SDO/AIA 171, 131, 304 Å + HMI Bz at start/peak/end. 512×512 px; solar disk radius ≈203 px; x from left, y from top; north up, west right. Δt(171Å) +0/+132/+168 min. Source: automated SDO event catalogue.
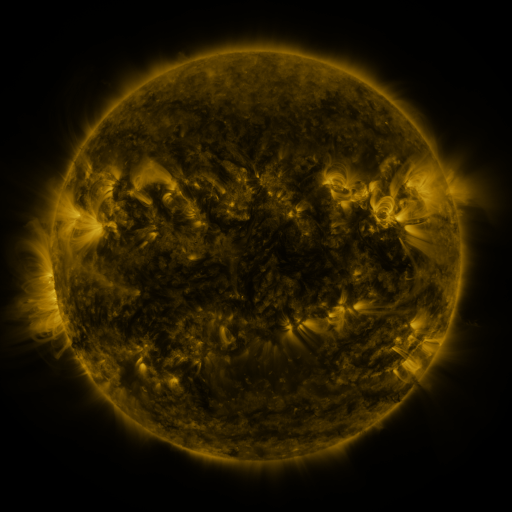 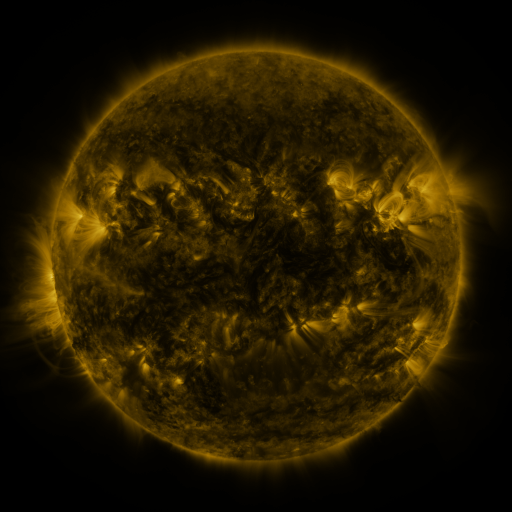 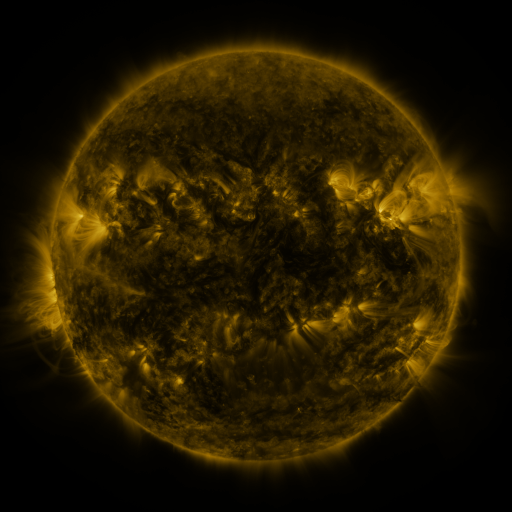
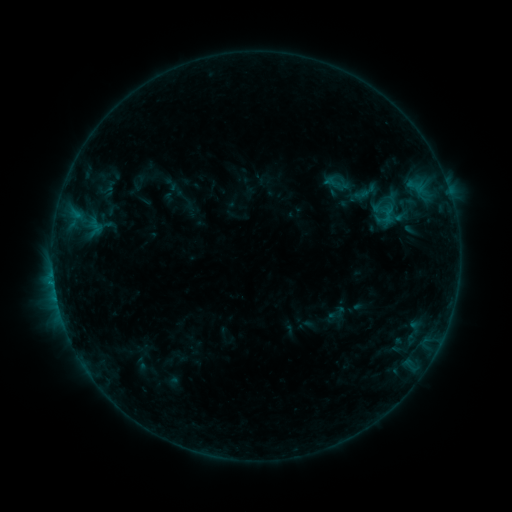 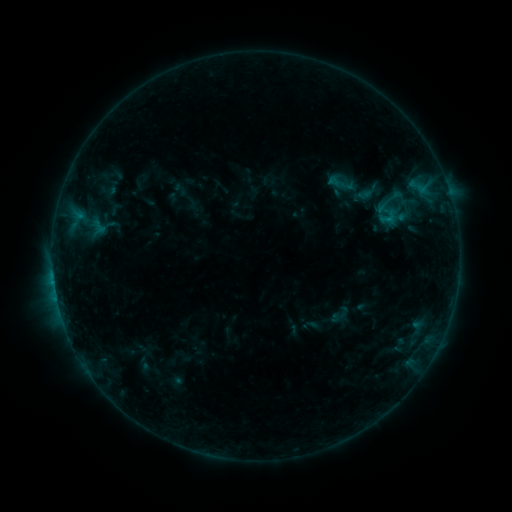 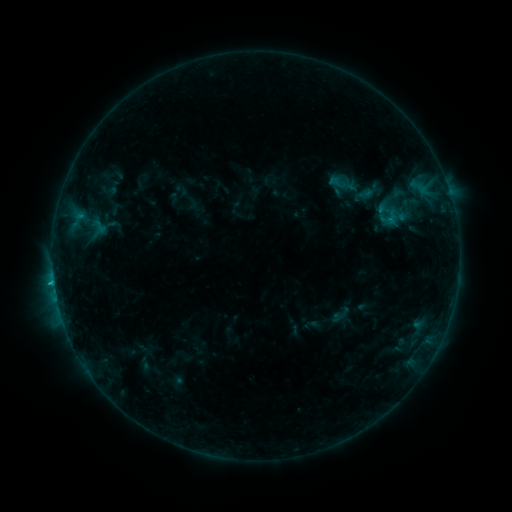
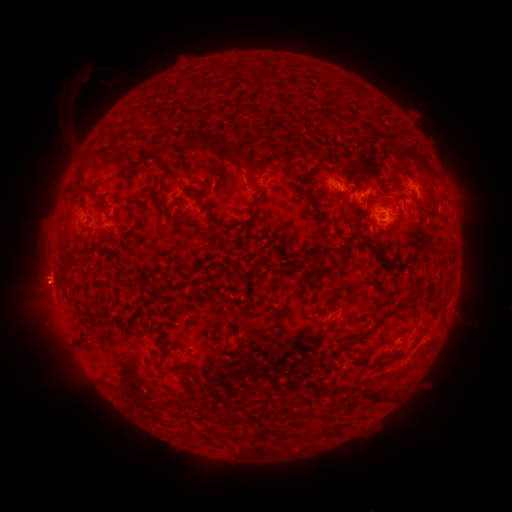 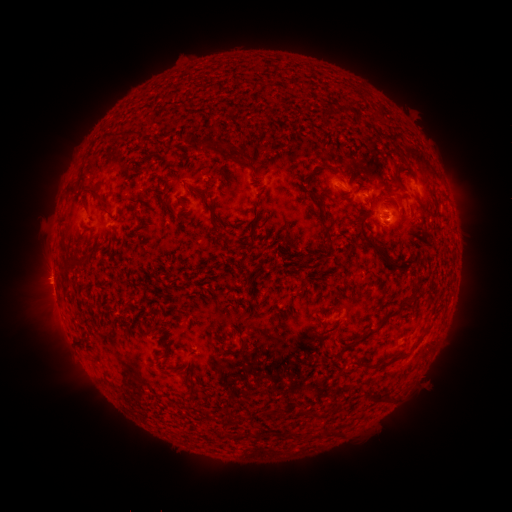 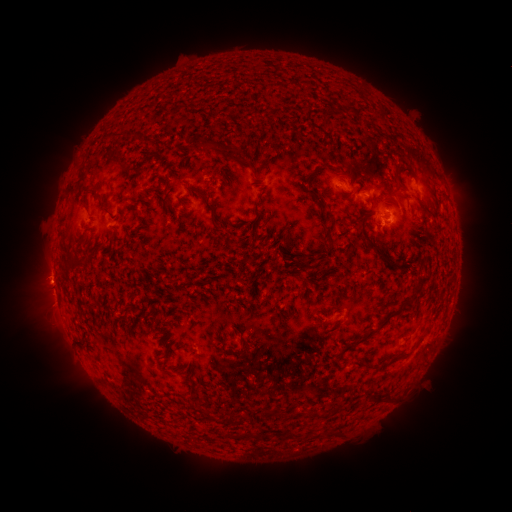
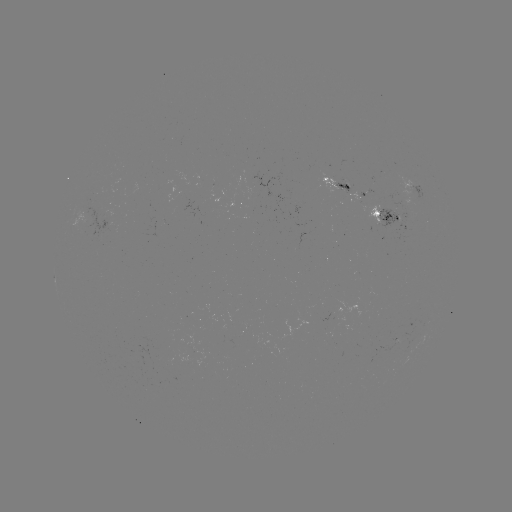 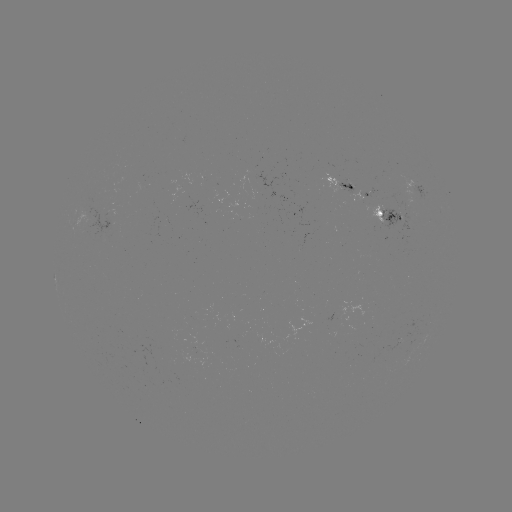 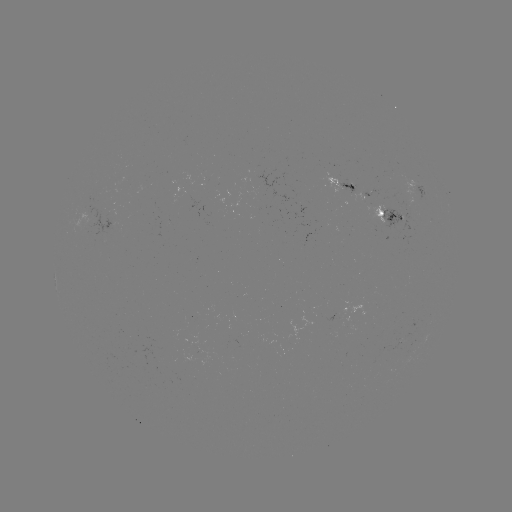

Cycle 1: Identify emerging-flux region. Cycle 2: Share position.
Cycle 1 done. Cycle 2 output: [146, 388].